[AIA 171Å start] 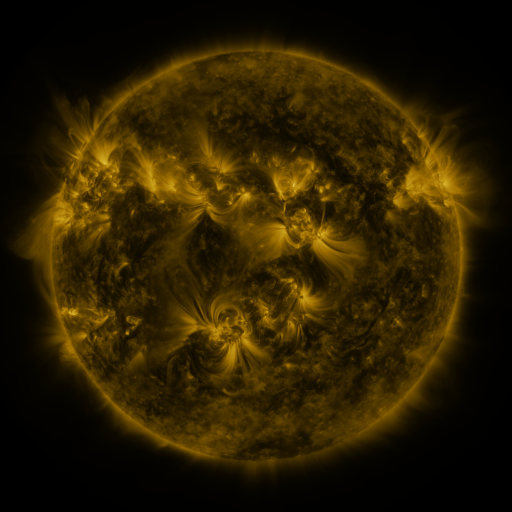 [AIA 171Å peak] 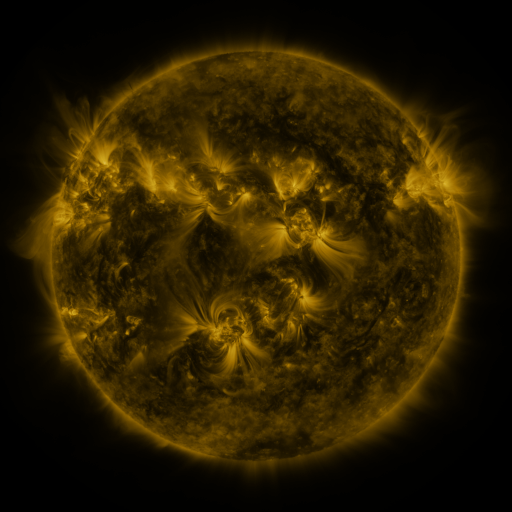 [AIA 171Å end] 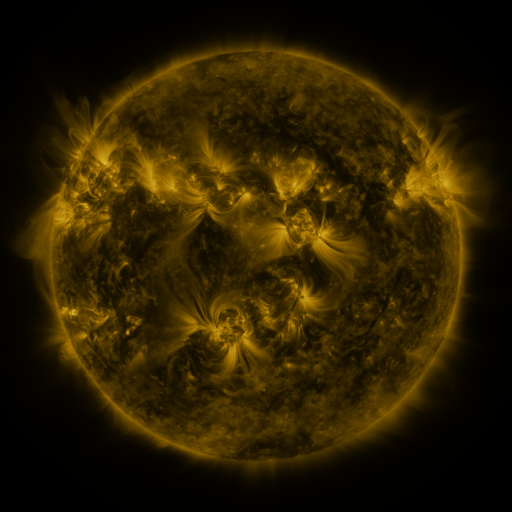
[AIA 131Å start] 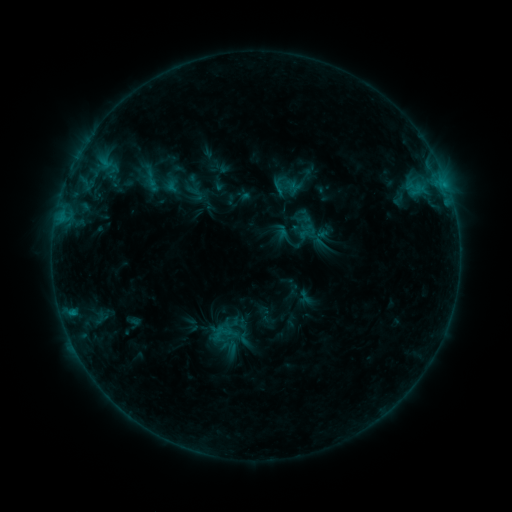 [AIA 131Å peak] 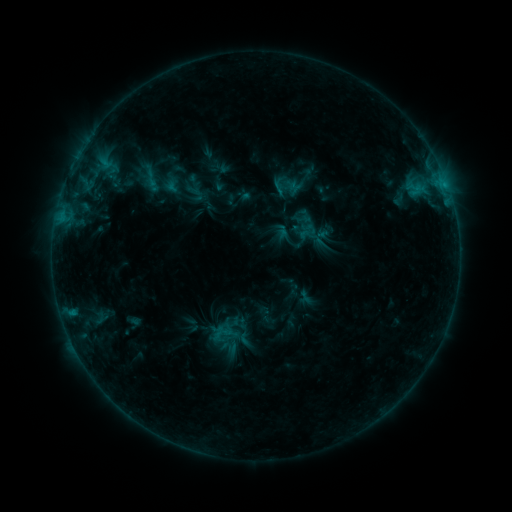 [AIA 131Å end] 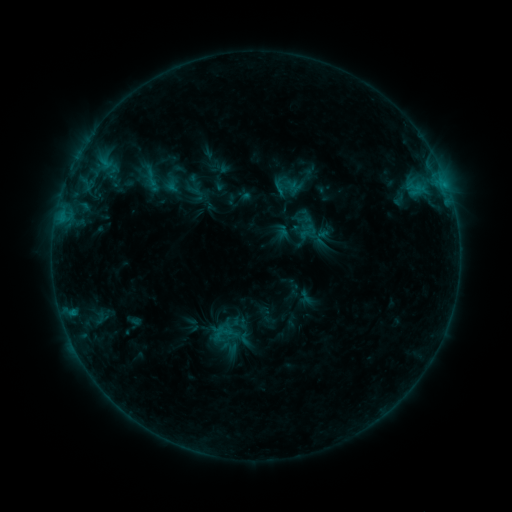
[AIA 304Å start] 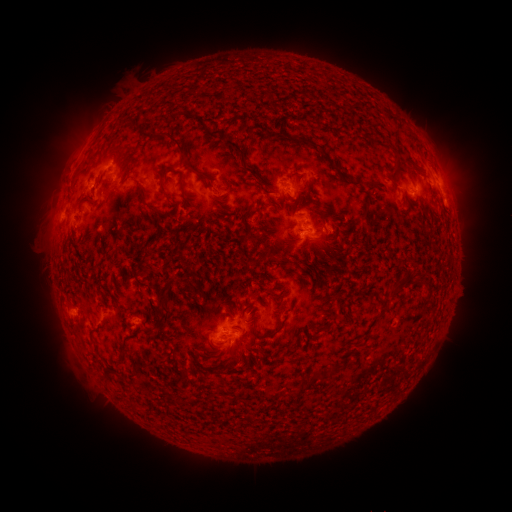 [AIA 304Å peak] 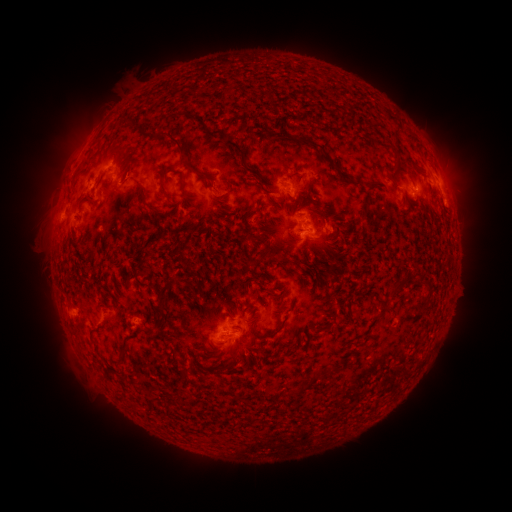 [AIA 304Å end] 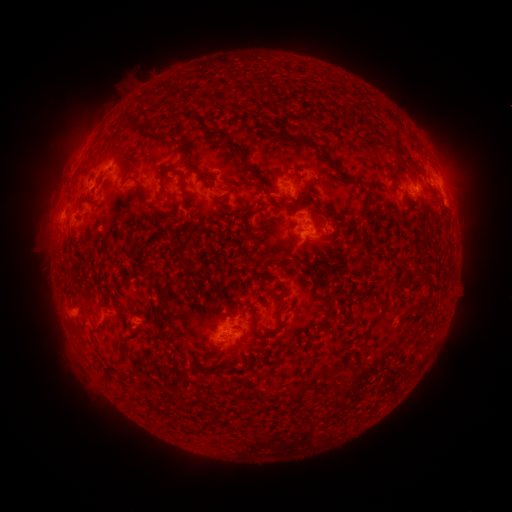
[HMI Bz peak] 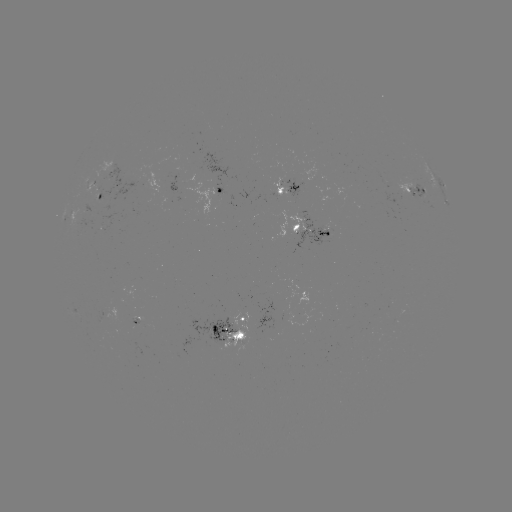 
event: eruption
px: (459, 169)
